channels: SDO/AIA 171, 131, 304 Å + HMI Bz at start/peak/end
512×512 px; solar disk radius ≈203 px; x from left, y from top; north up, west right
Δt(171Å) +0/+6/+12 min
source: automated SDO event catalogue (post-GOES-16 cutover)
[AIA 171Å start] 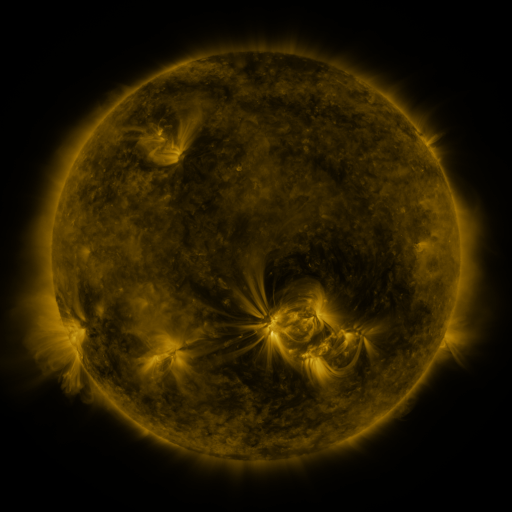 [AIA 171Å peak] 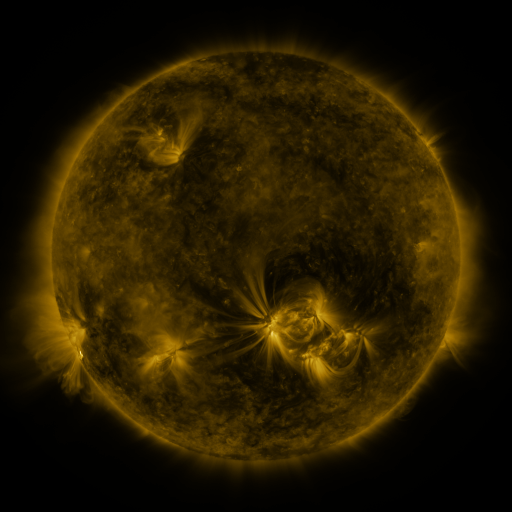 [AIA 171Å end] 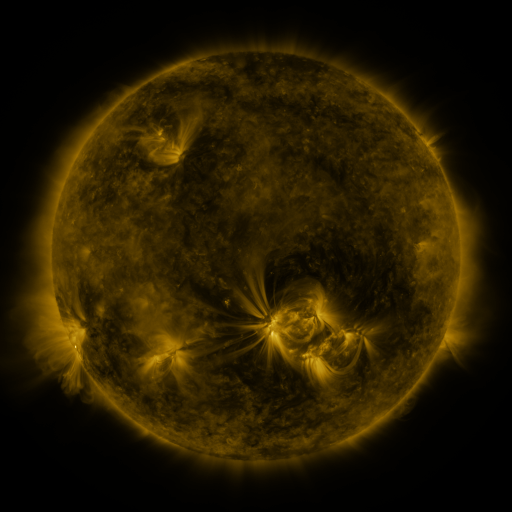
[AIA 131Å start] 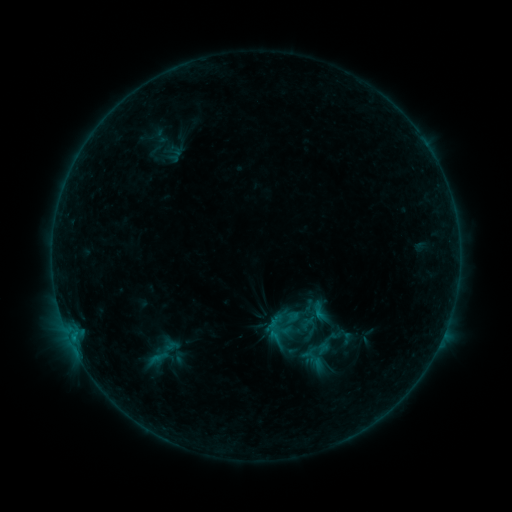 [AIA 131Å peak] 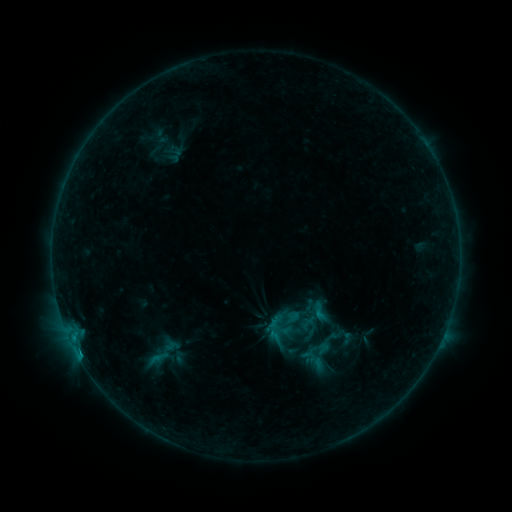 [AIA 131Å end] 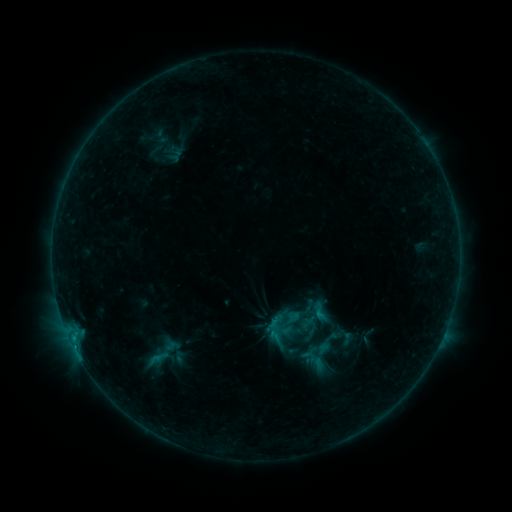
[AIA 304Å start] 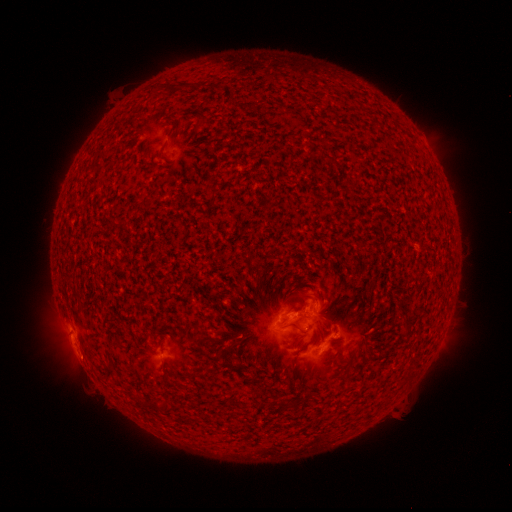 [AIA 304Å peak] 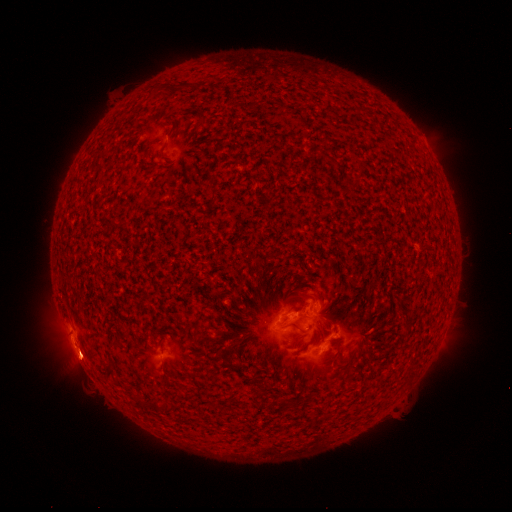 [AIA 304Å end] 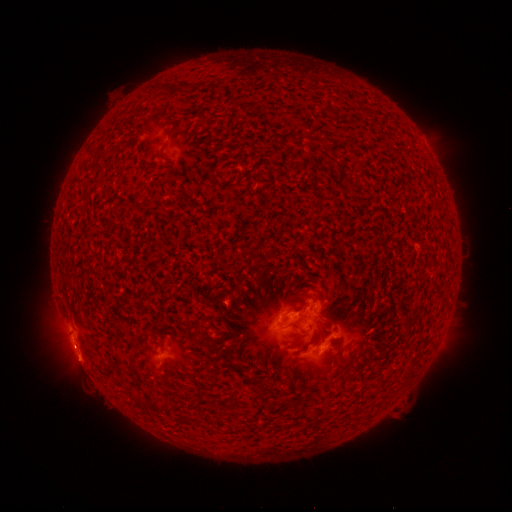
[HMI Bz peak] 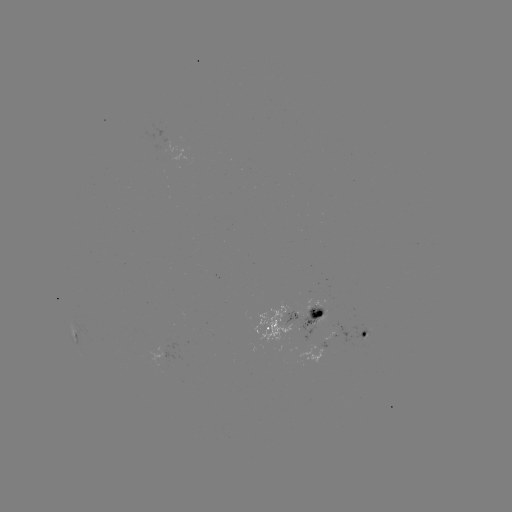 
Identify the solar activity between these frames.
eruption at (85, 362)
